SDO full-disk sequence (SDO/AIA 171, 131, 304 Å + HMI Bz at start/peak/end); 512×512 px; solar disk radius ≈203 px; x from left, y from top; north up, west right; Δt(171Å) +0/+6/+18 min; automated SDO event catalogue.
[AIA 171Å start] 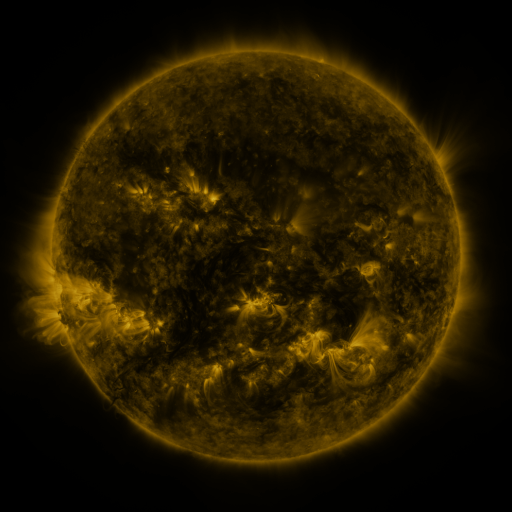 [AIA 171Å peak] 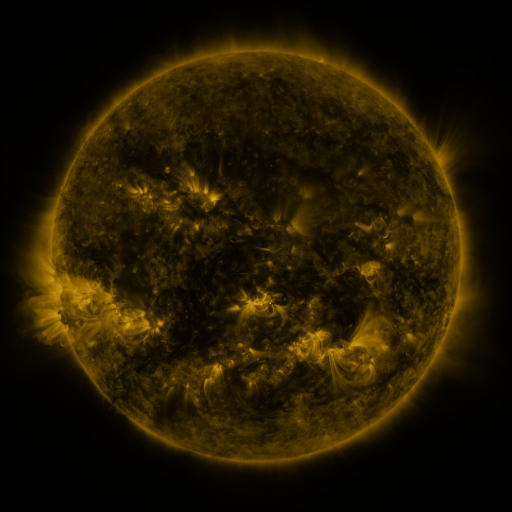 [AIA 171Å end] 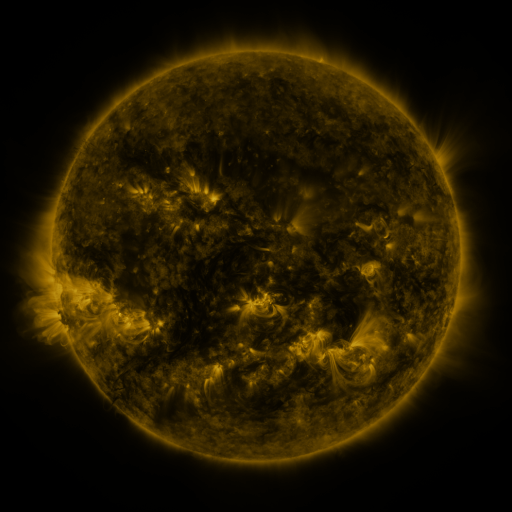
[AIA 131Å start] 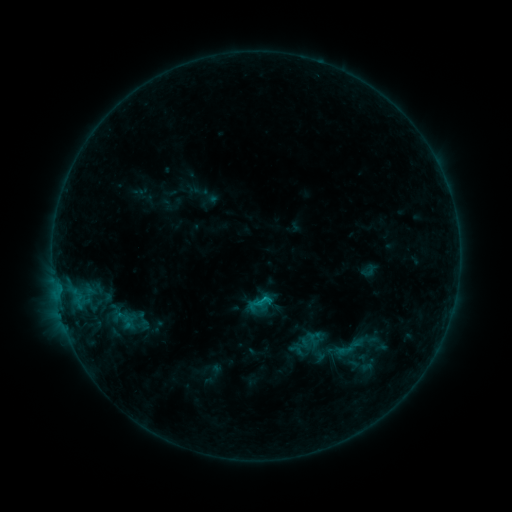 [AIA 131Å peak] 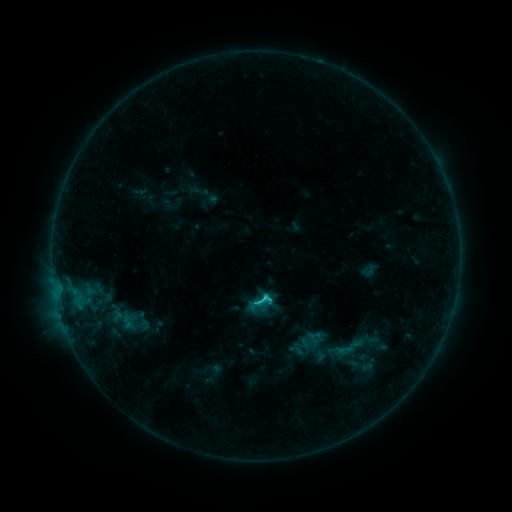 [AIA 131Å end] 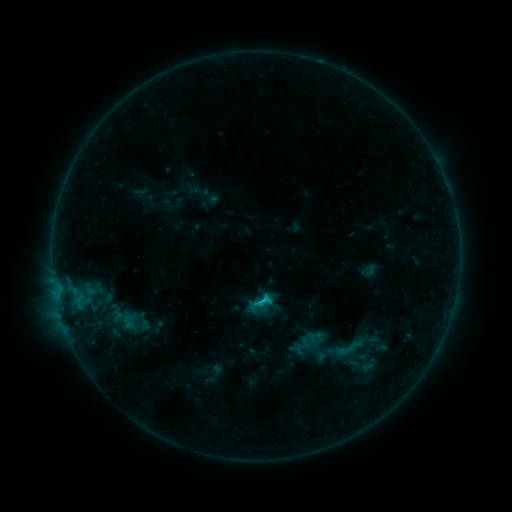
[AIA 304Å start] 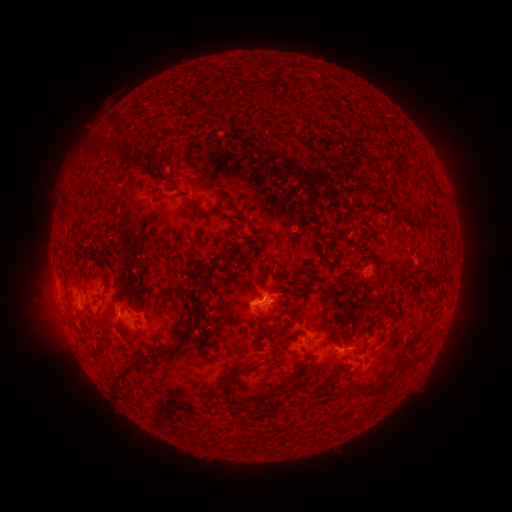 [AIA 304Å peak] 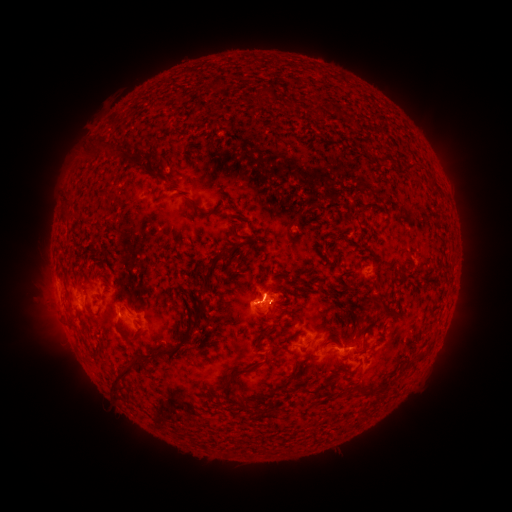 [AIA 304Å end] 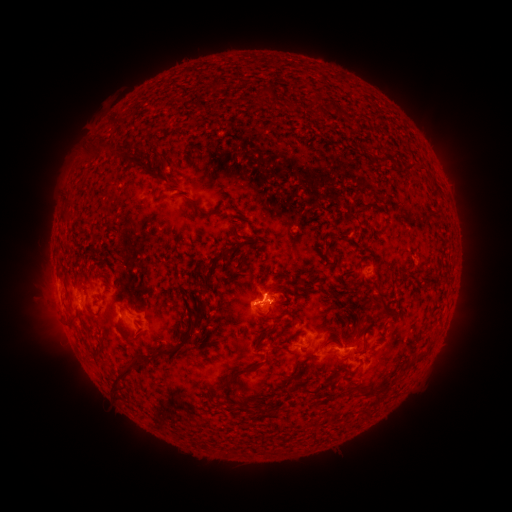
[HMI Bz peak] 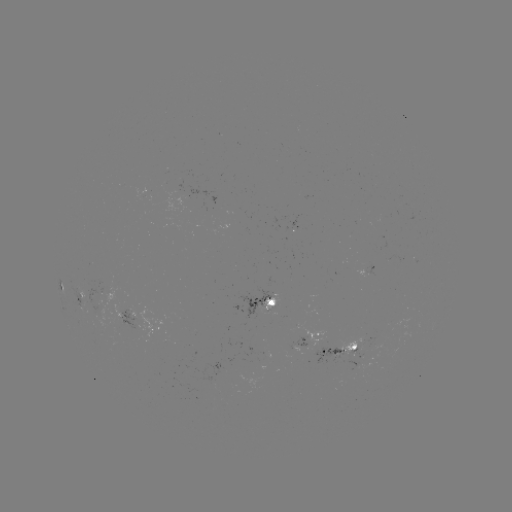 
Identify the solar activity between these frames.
C2.1 flare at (263, 297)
